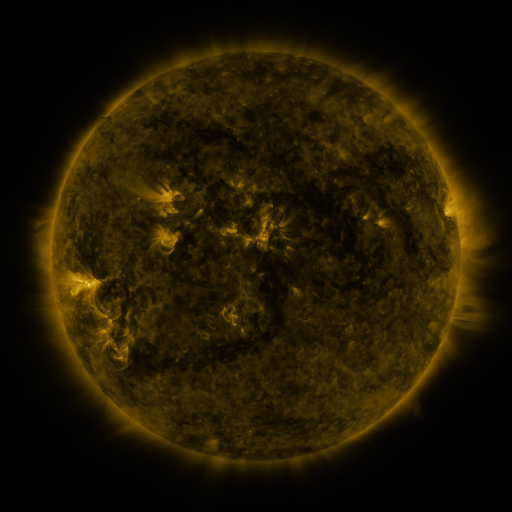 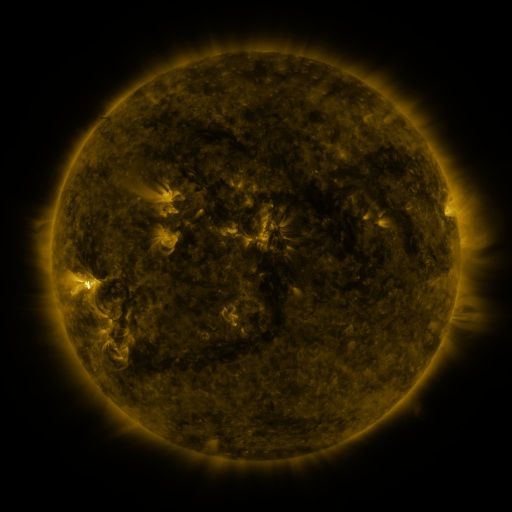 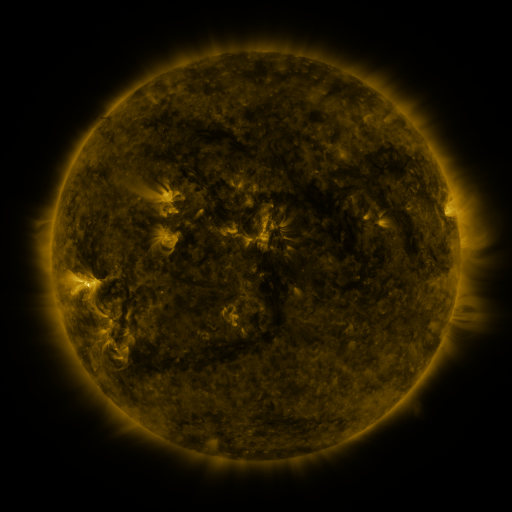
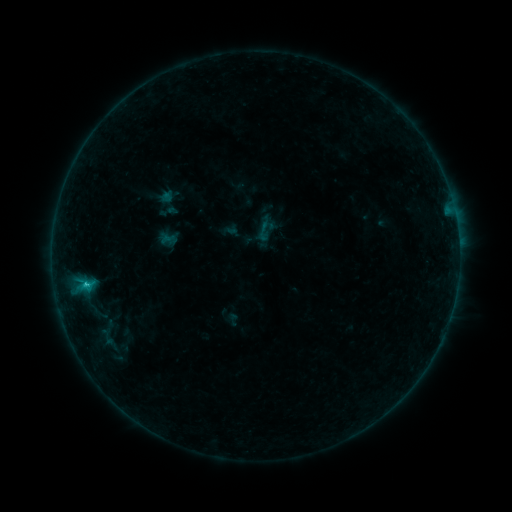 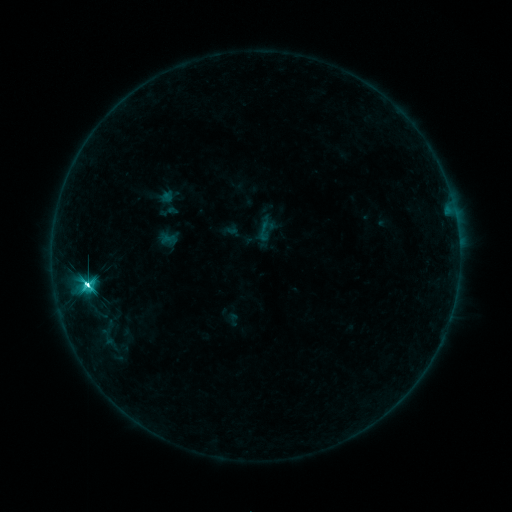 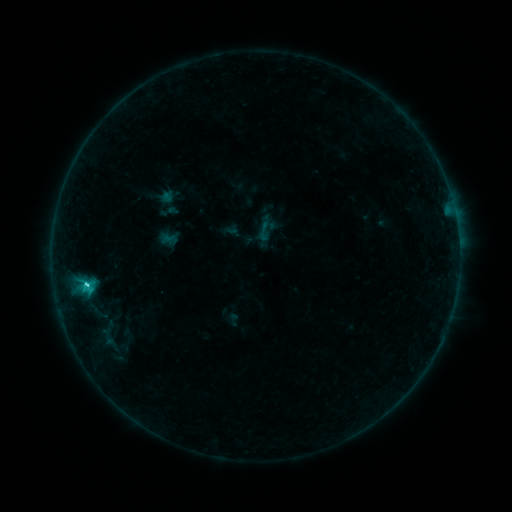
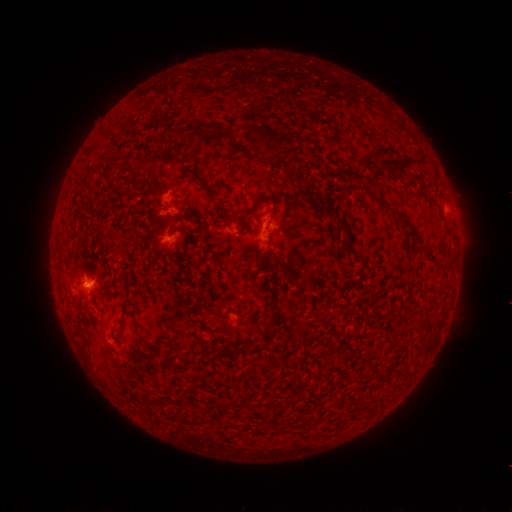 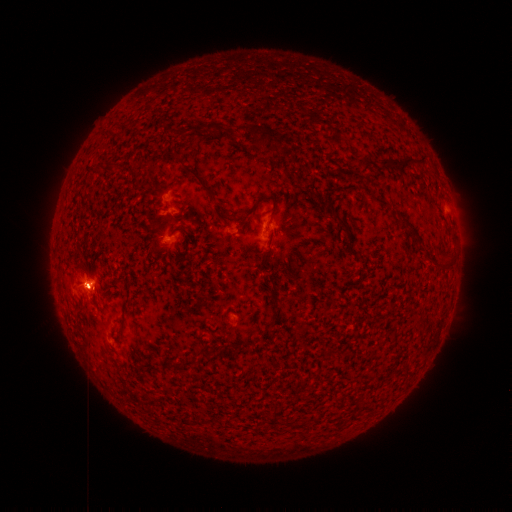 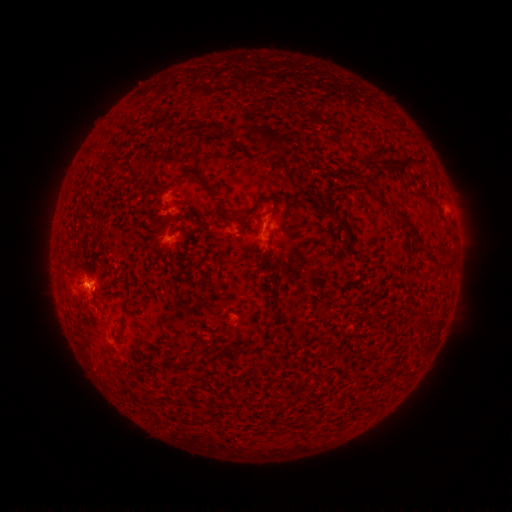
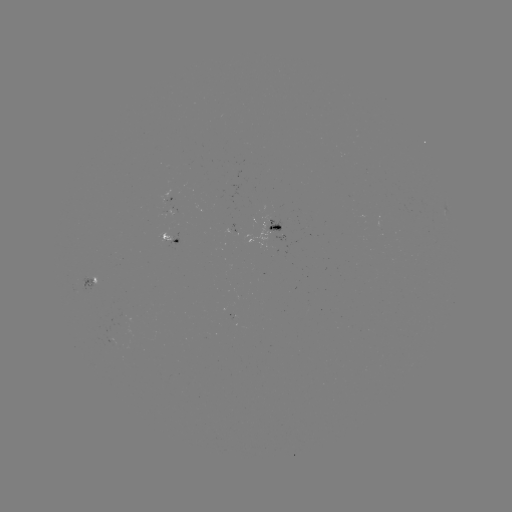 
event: flare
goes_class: M1.0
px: (88, 286)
